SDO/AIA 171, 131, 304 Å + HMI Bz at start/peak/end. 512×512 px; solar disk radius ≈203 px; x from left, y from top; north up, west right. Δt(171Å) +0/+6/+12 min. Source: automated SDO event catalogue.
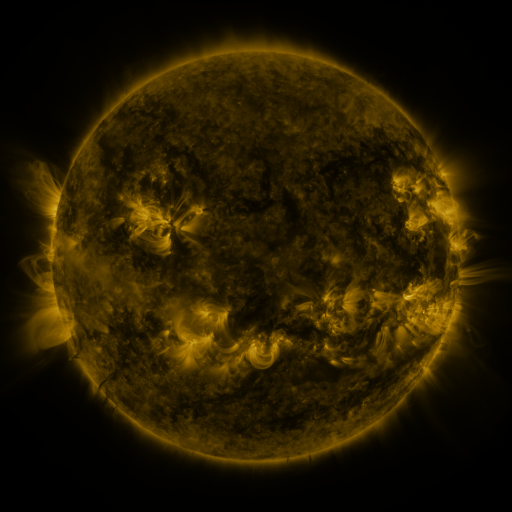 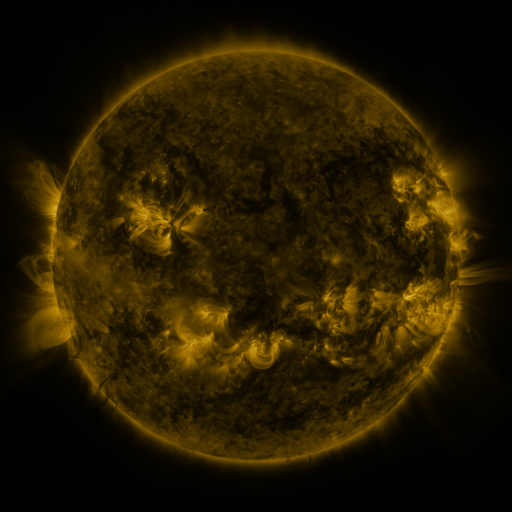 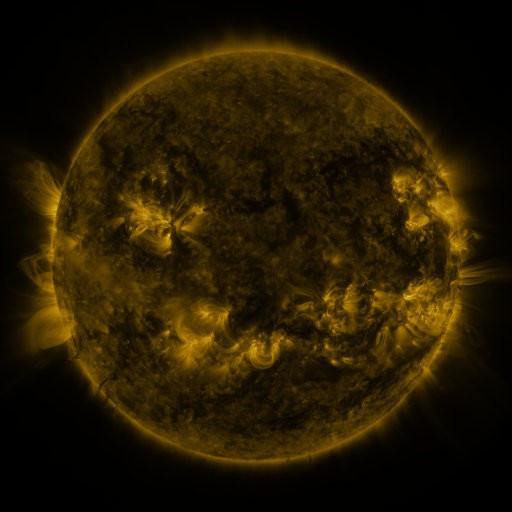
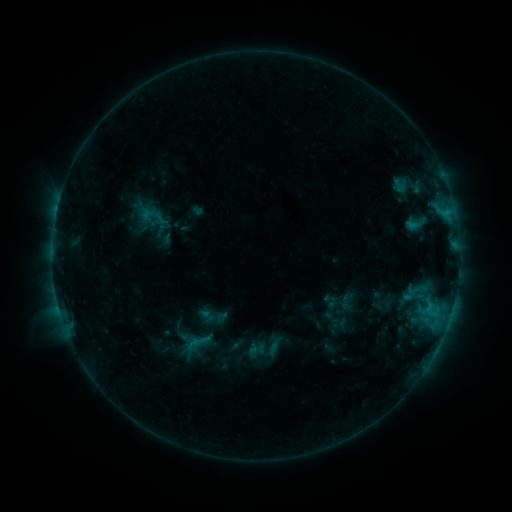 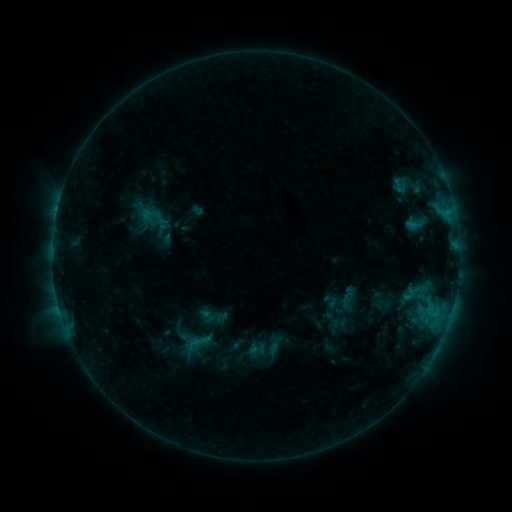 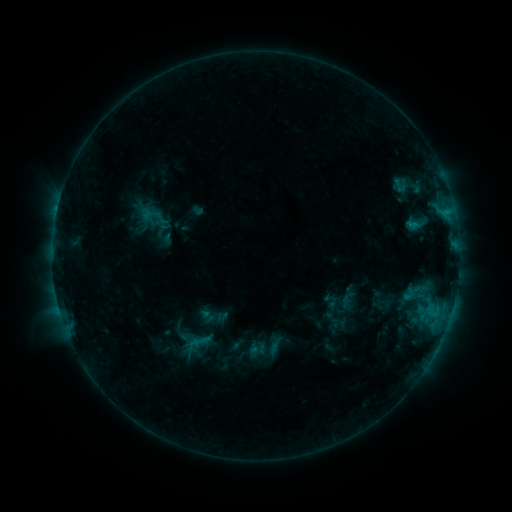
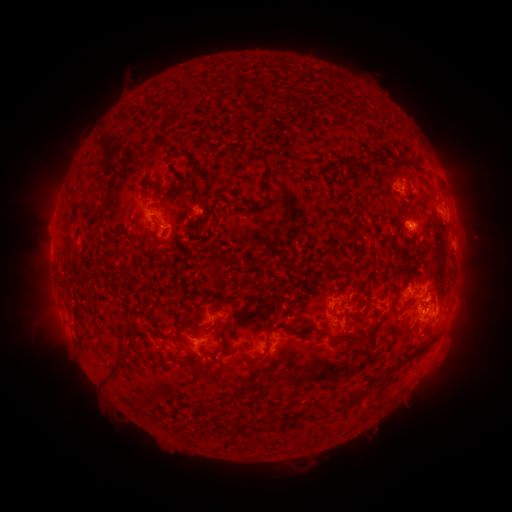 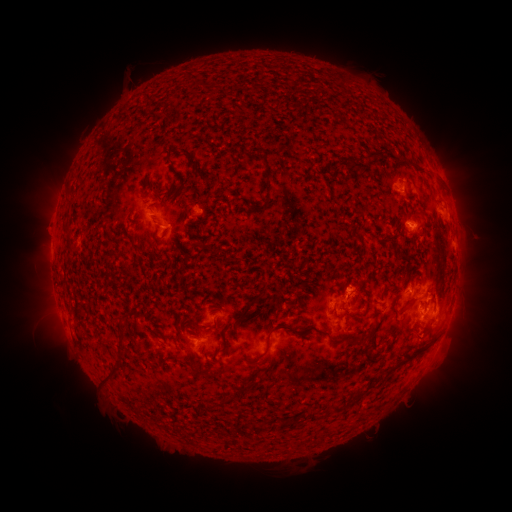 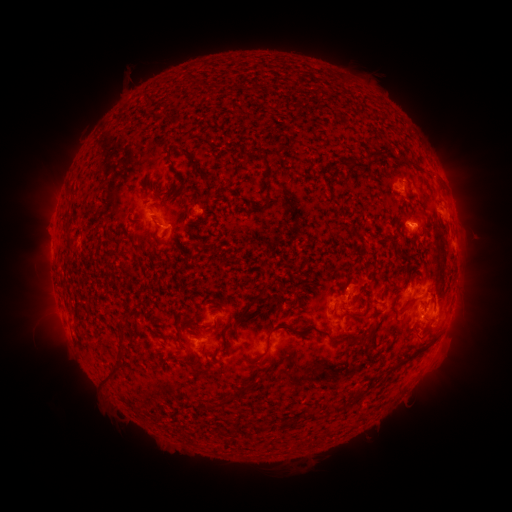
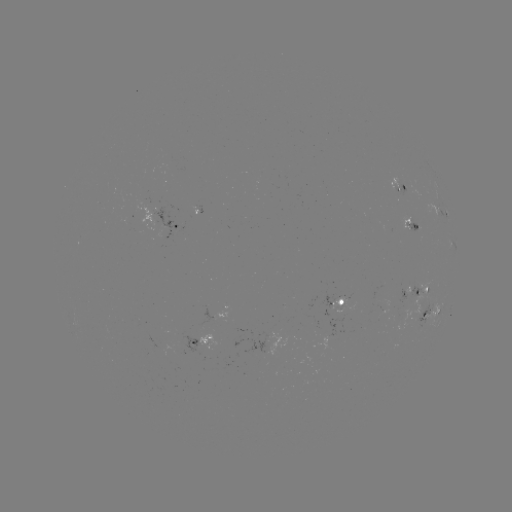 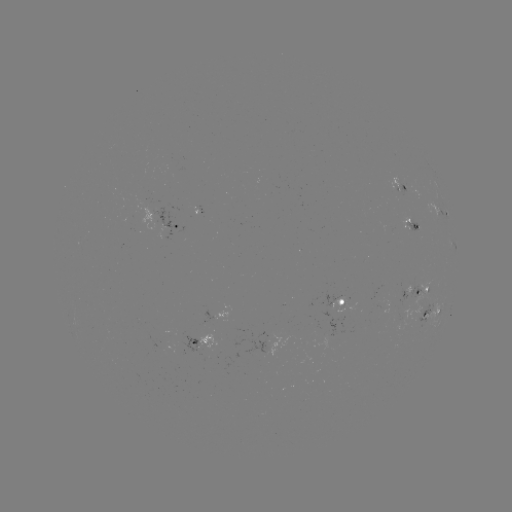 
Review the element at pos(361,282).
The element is eruption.